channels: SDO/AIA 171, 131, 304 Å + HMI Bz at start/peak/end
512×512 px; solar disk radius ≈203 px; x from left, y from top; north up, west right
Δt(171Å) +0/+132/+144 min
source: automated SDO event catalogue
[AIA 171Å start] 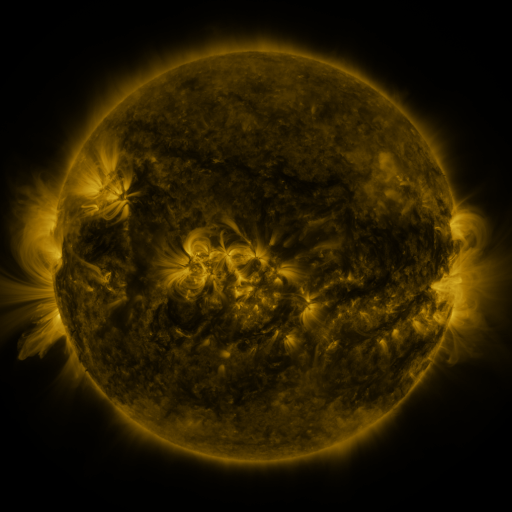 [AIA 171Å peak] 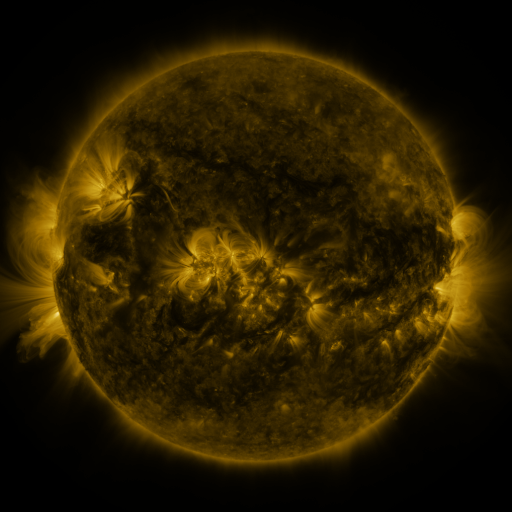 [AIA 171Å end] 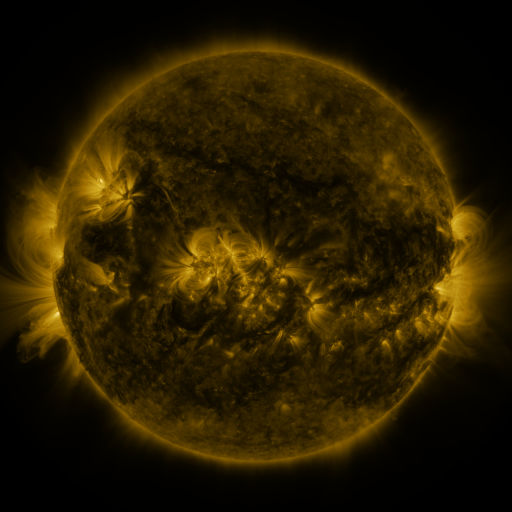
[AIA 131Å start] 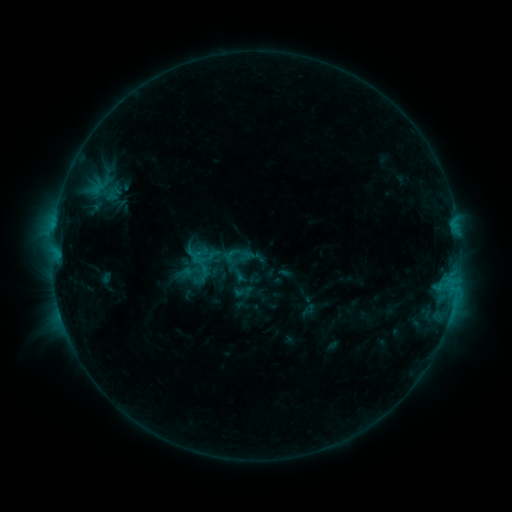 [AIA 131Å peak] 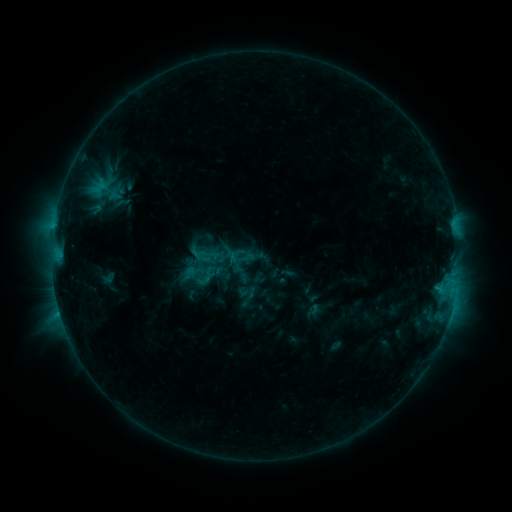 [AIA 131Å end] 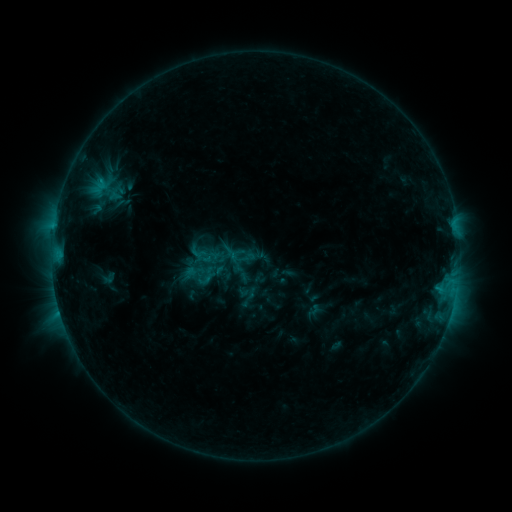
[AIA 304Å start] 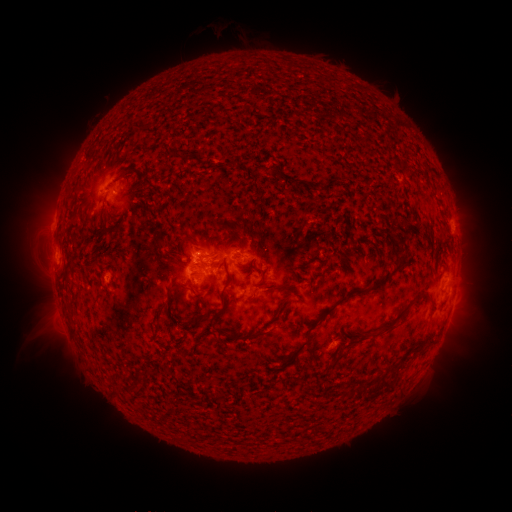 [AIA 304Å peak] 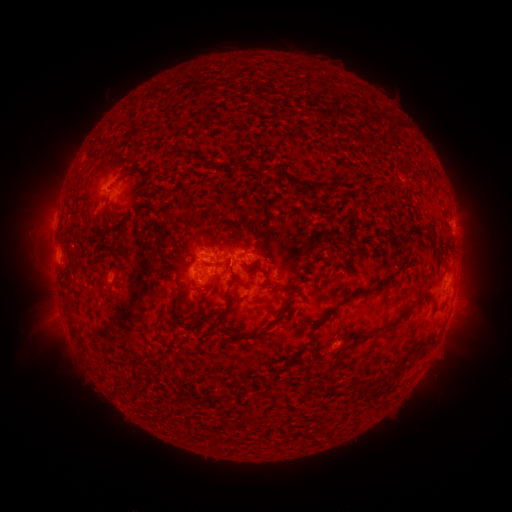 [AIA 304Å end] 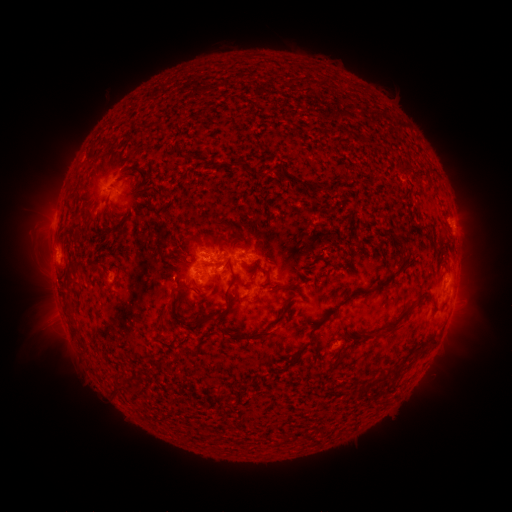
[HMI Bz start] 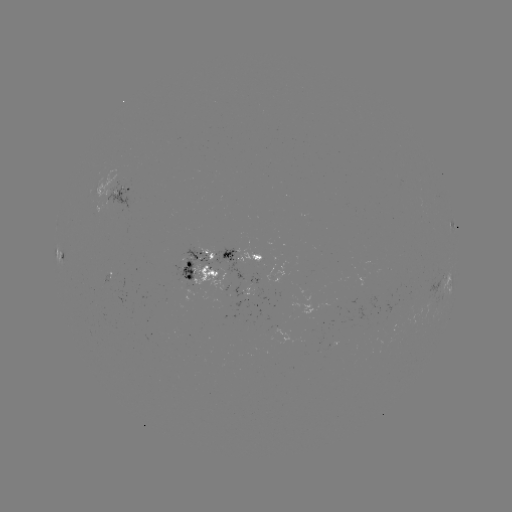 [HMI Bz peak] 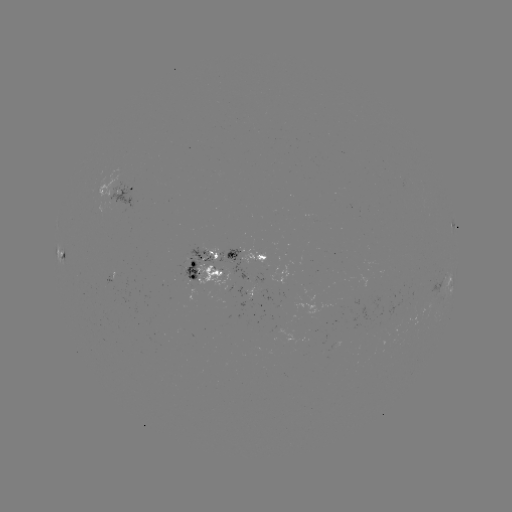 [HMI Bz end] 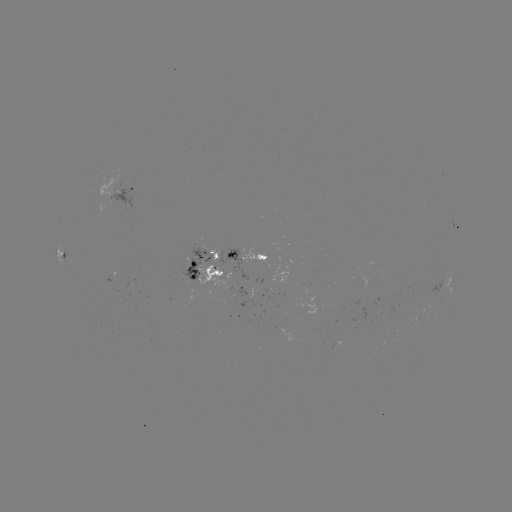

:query emerging-flux region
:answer [203, 280]